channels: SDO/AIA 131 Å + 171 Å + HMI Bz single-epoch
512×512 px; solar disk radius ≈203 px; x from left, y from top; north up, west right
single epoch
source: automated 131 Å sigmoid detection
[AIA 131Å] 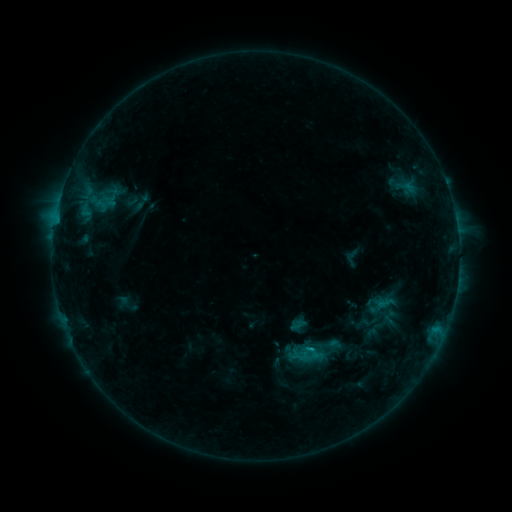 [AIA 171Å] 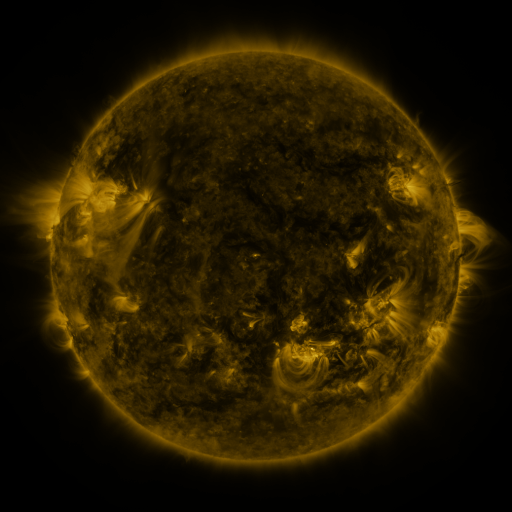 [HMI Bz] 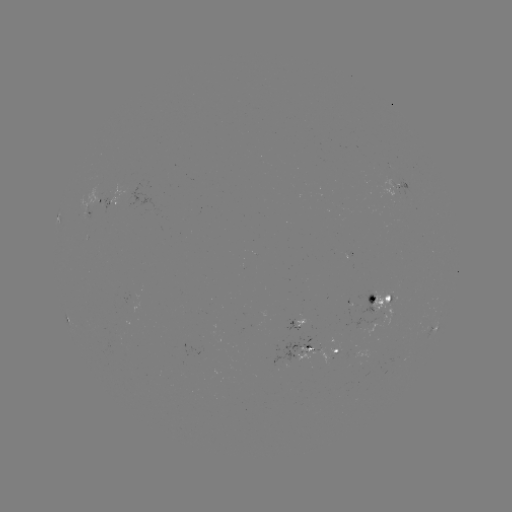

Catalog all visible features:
sigmoid: [302, 339, 329, 366]
